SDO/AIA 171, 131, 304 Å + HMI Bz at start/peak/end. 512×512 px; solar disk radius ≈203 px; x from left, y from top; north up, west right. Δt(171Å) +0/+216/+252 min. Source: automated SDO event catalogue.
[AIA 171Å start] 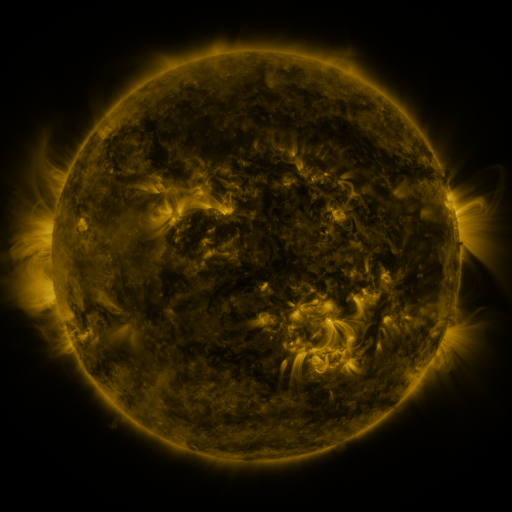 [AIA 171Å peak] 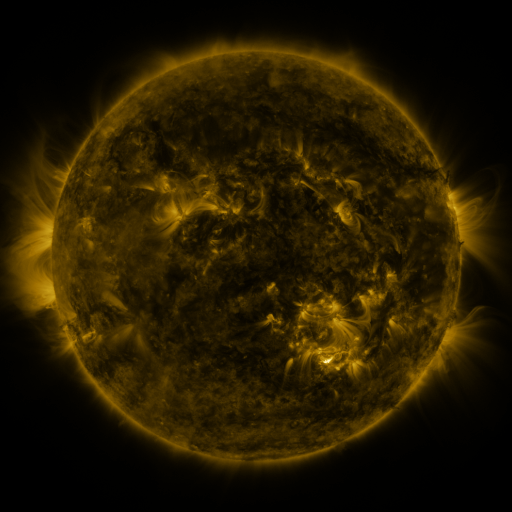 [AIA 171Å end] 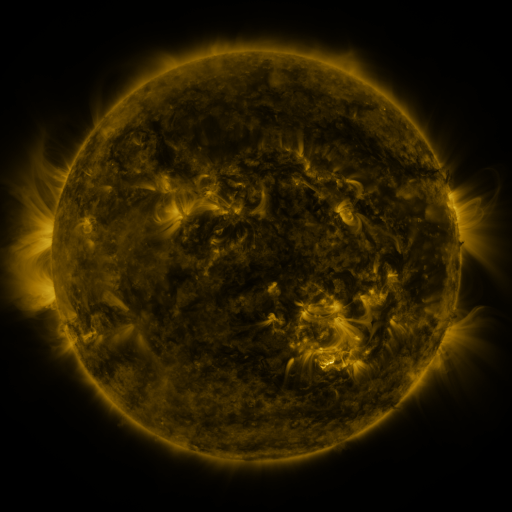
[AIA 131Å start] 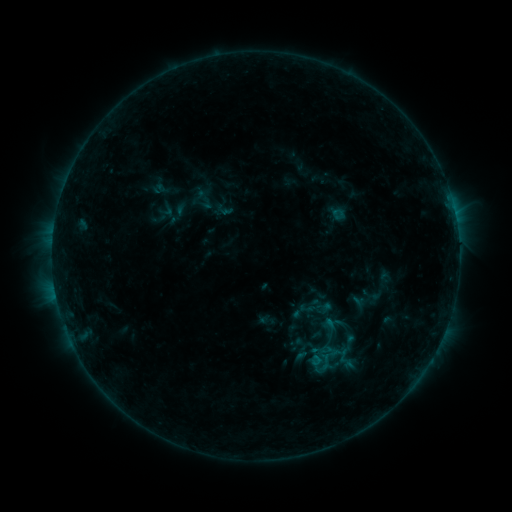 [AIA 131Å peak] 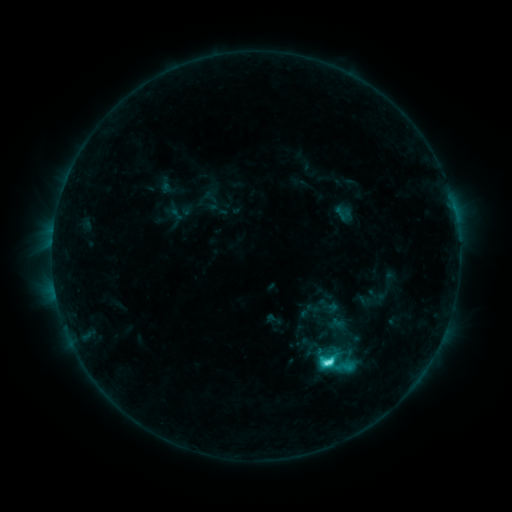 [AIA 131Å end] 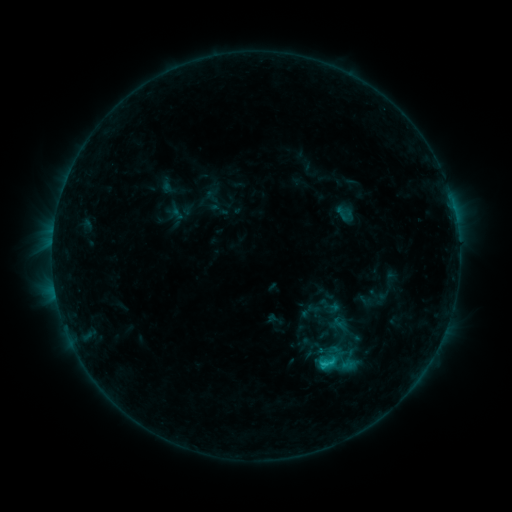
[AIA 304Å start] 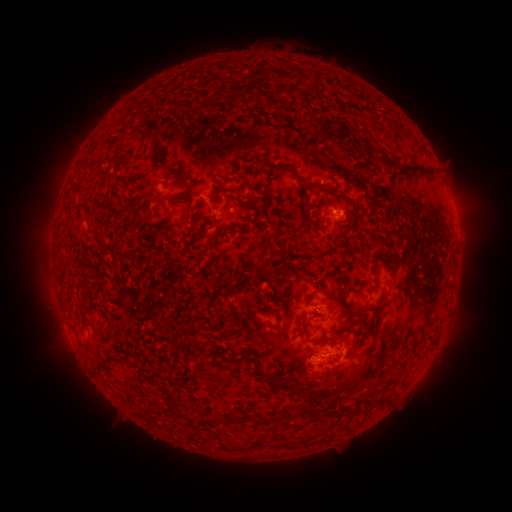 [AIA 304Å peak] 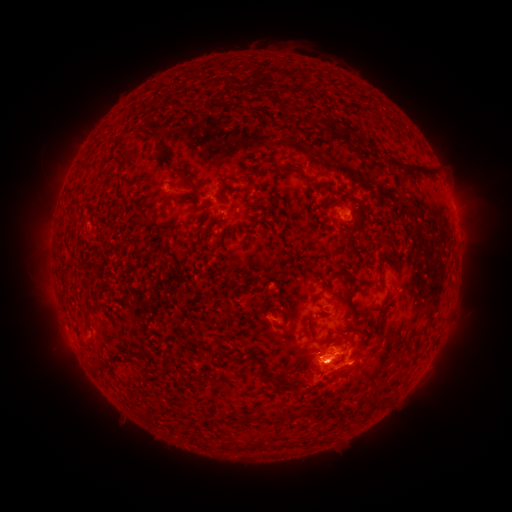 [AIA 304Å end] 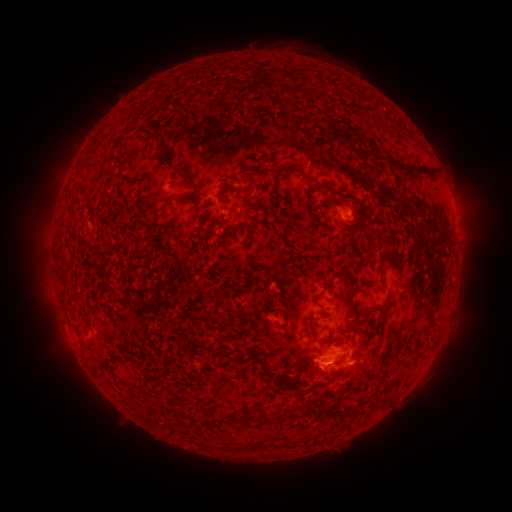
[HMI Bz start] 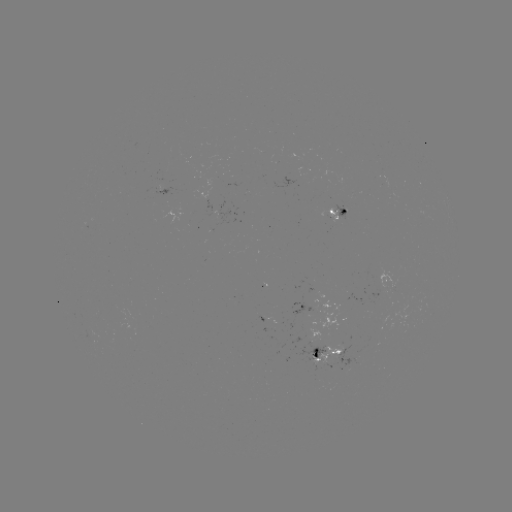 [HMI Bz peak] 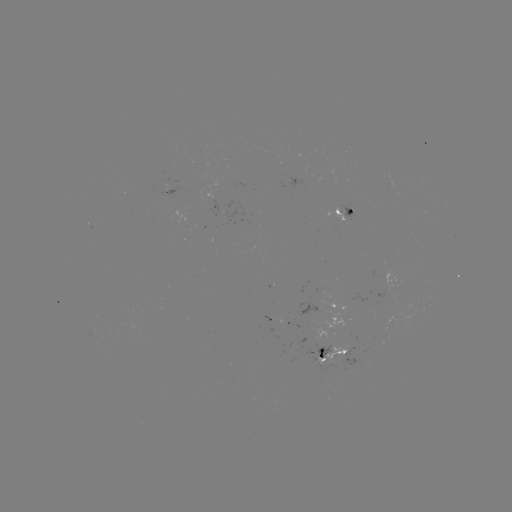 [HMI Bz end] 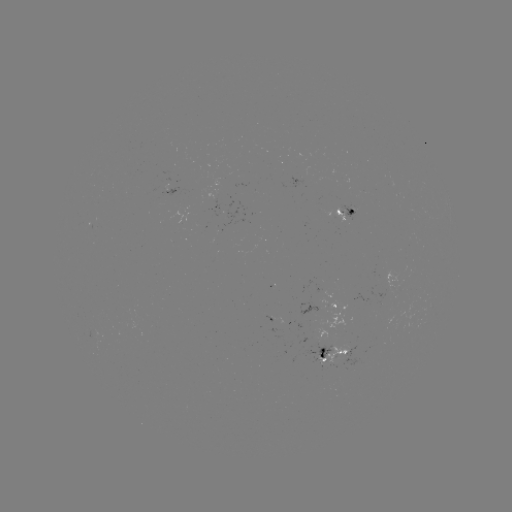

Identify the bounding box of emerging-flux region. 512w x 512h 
[315, 344, 347, 364].